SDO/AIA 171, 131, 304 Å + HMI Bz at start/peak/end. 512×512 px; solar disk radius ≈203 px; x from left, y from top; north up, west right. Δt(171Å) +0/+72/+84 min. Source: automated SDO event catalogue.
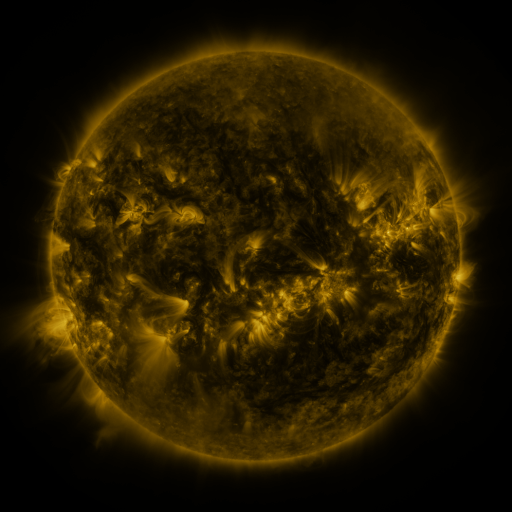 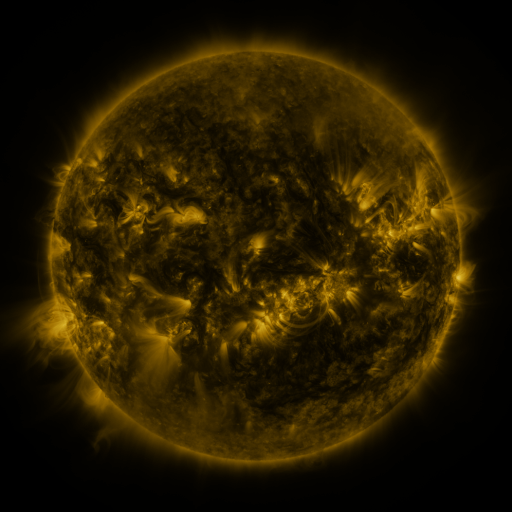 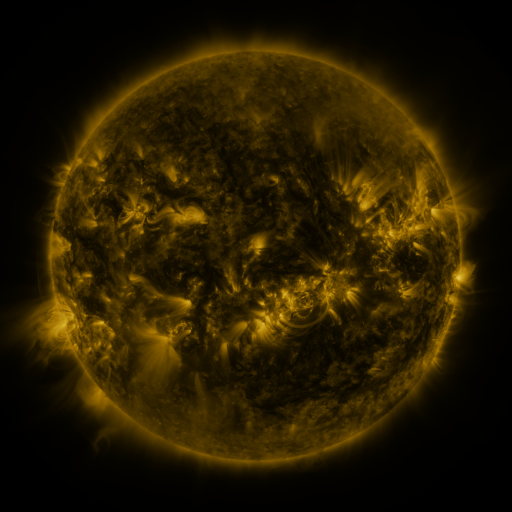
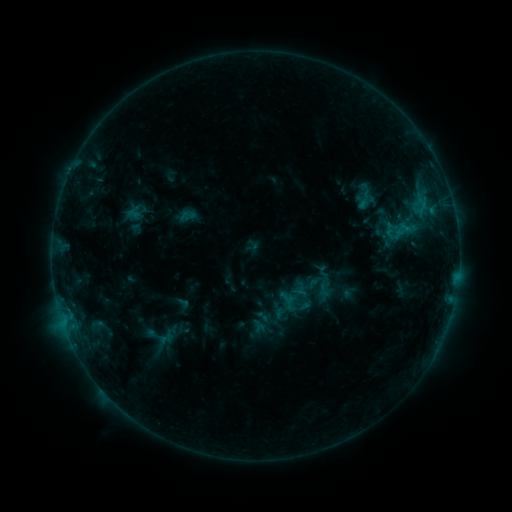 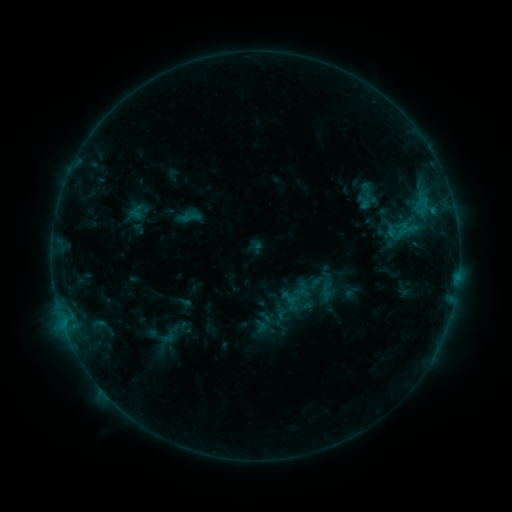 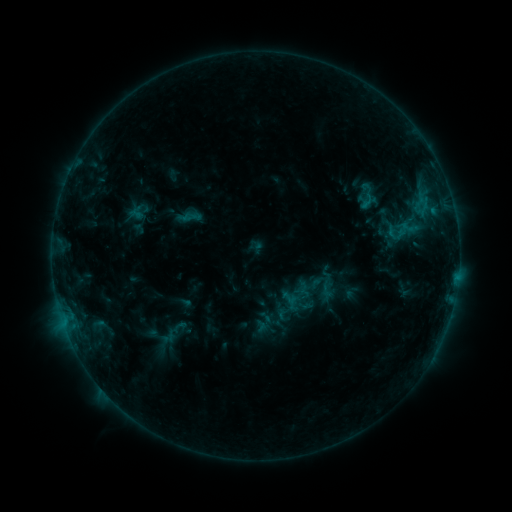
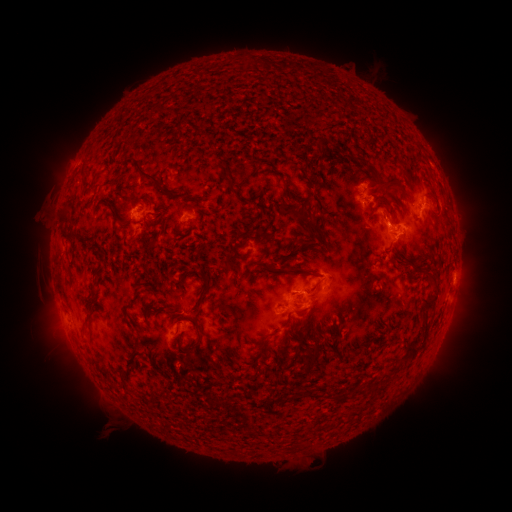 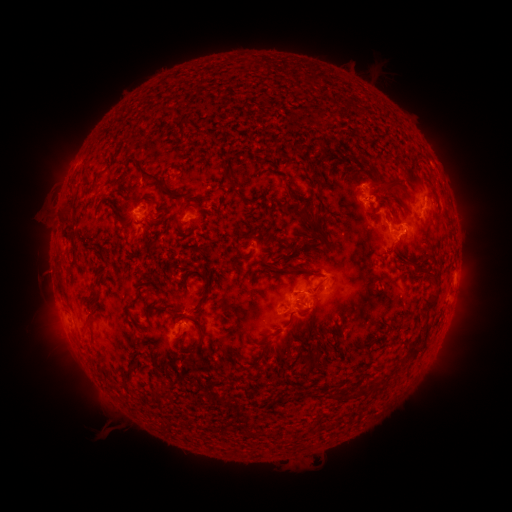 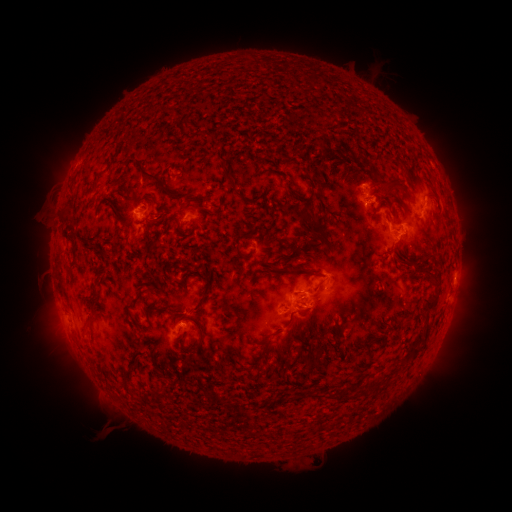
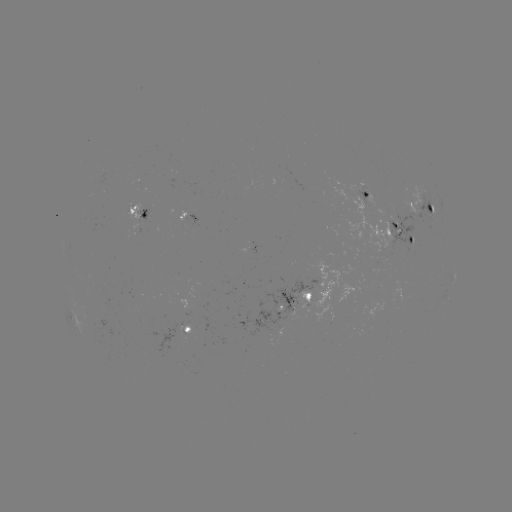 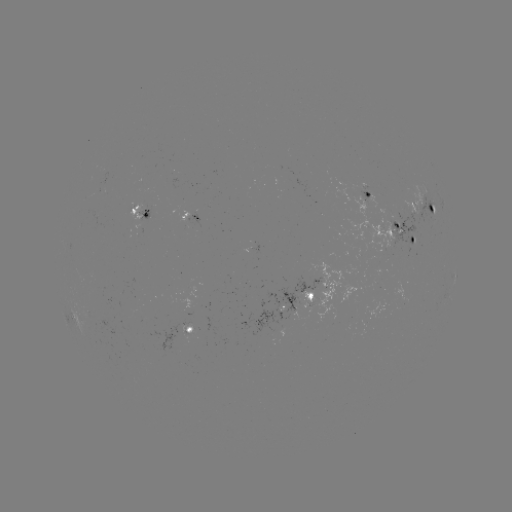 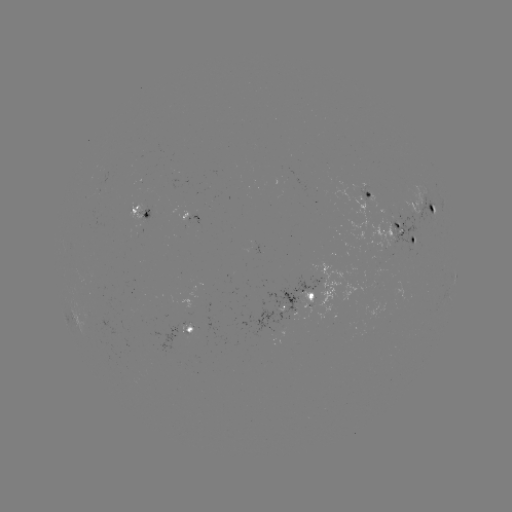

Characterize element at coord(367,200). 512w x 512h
emerging-flux region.